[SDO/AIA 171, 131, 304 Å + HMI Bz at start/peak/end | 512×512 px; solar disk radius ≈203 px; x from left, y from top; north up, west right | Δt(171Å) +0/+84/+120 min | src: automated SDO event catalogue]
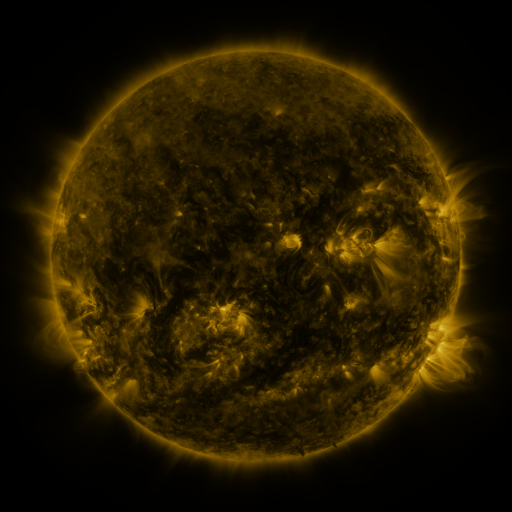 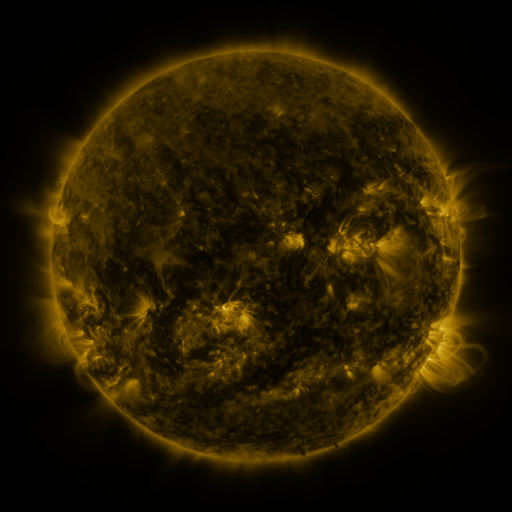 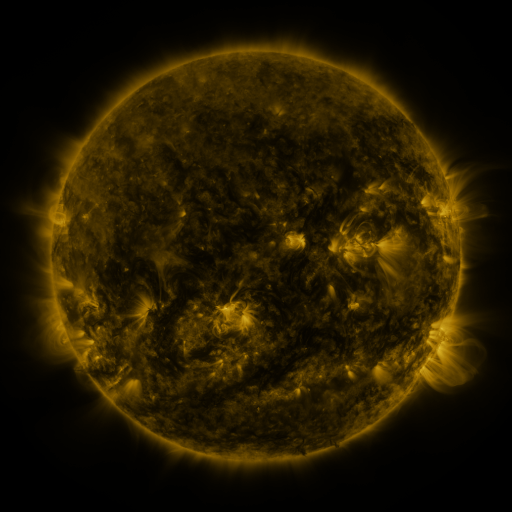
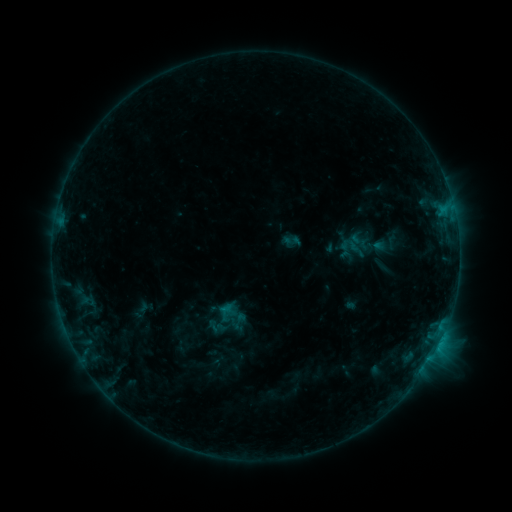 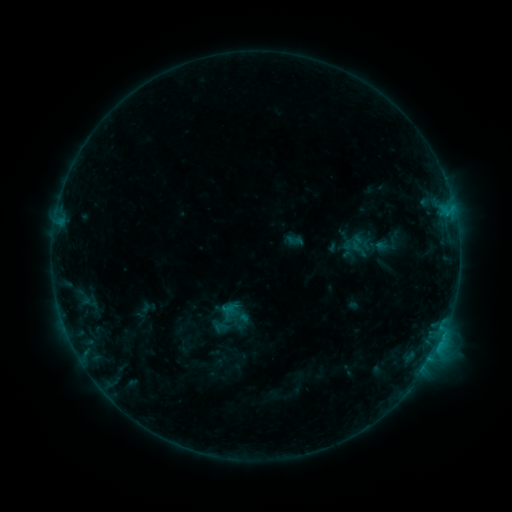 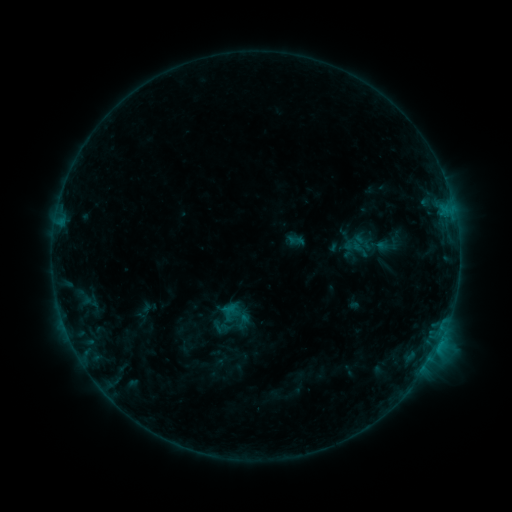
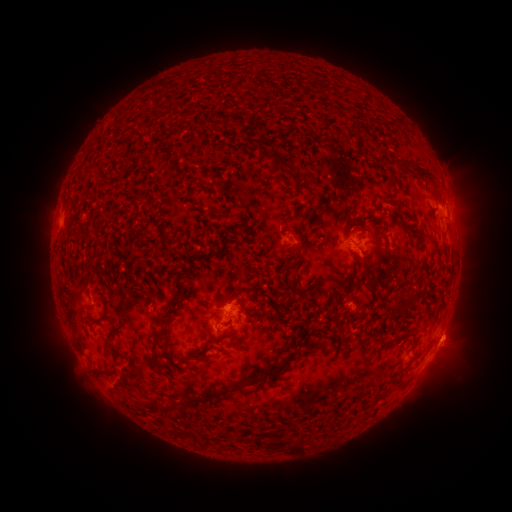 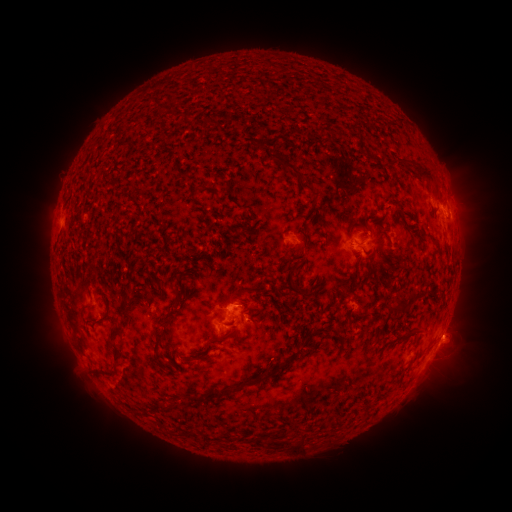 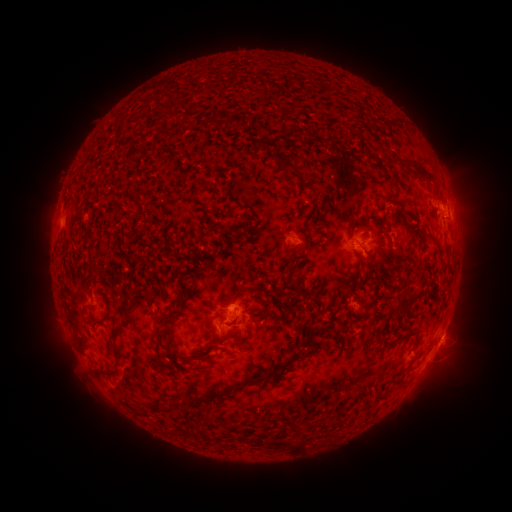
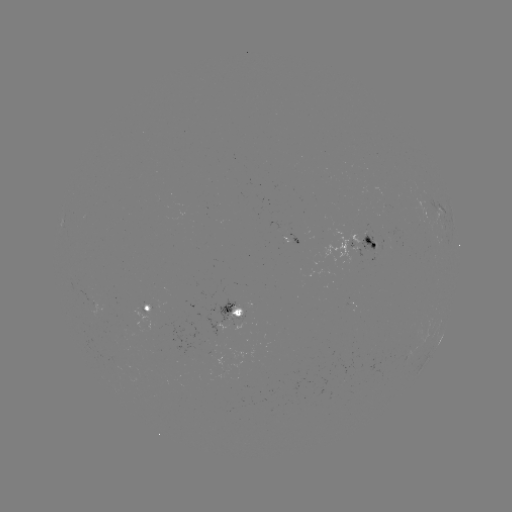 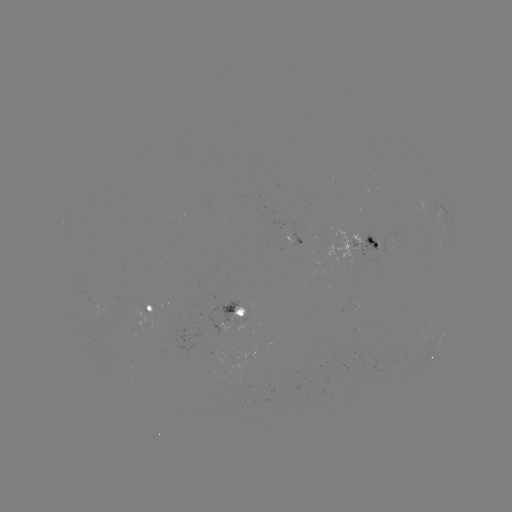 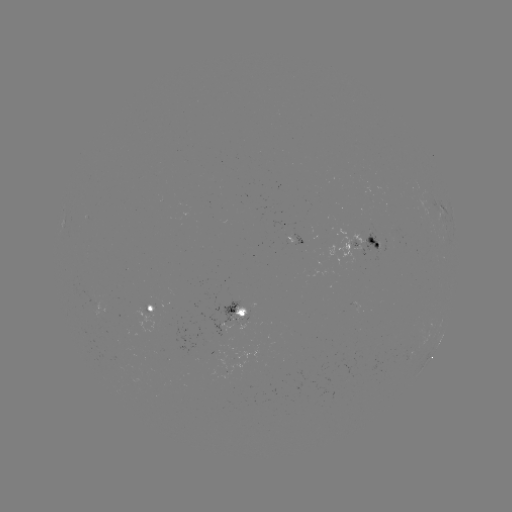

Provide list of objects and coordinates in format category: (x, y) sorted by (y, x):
emerging-flux region: (374, 247)
